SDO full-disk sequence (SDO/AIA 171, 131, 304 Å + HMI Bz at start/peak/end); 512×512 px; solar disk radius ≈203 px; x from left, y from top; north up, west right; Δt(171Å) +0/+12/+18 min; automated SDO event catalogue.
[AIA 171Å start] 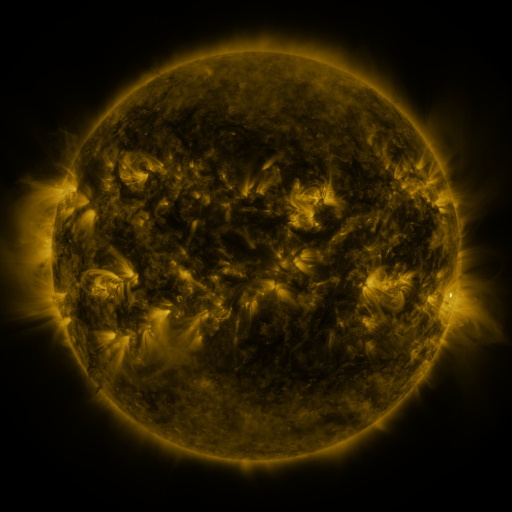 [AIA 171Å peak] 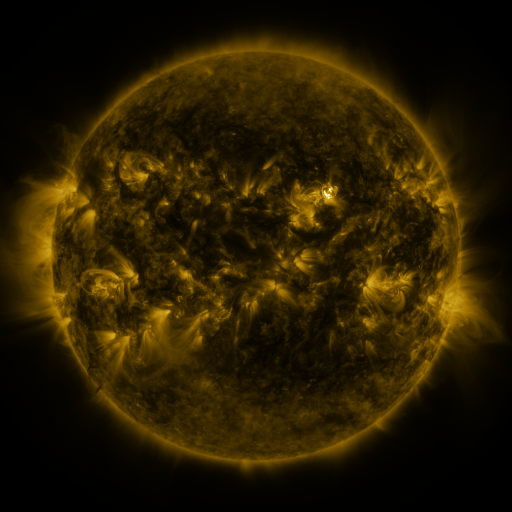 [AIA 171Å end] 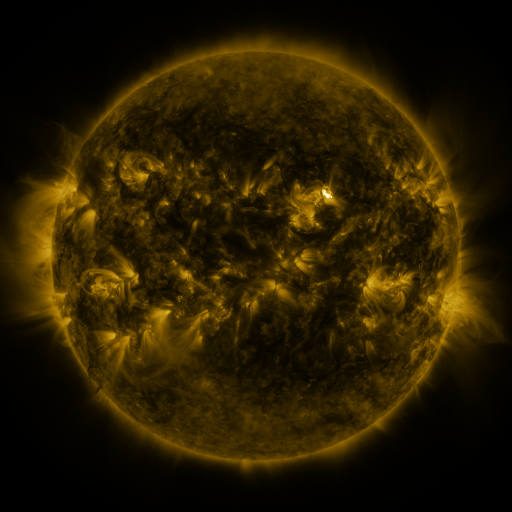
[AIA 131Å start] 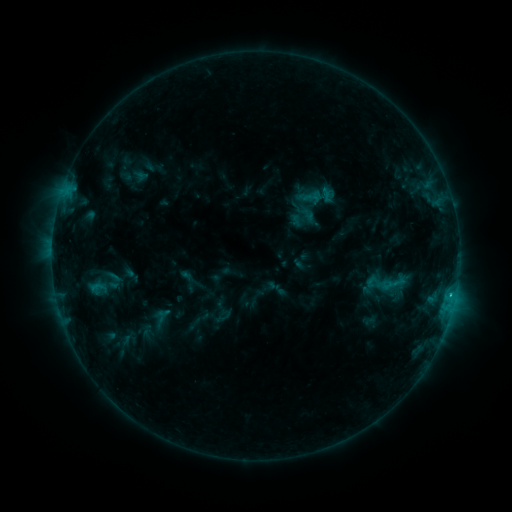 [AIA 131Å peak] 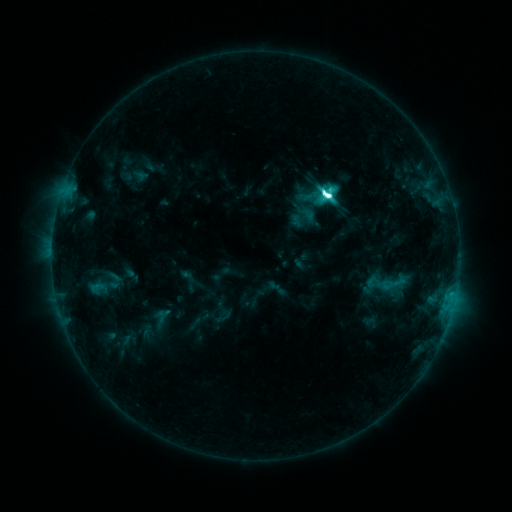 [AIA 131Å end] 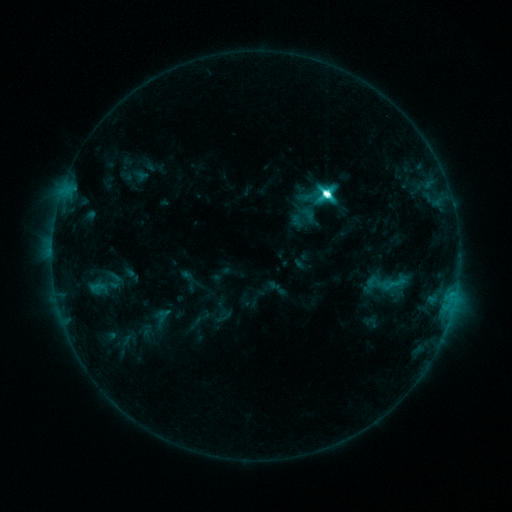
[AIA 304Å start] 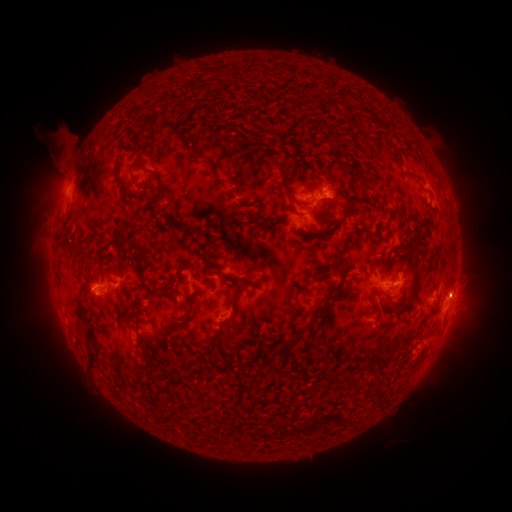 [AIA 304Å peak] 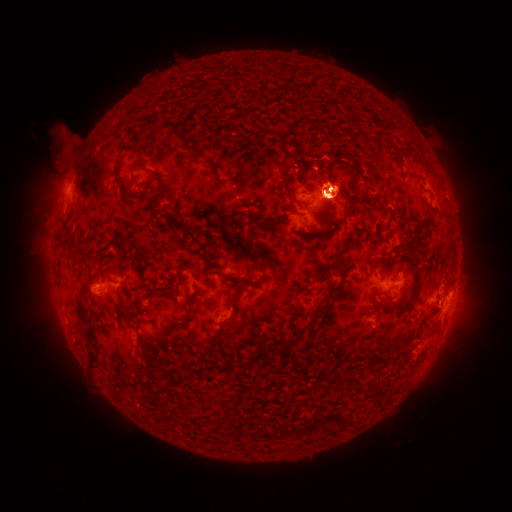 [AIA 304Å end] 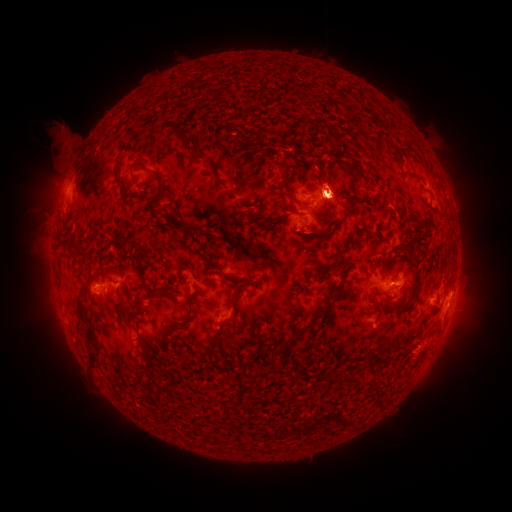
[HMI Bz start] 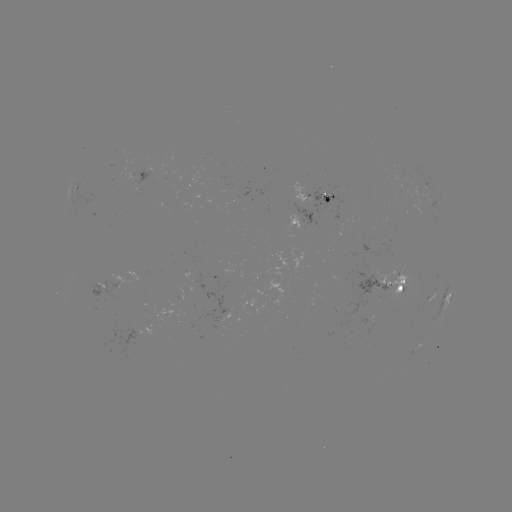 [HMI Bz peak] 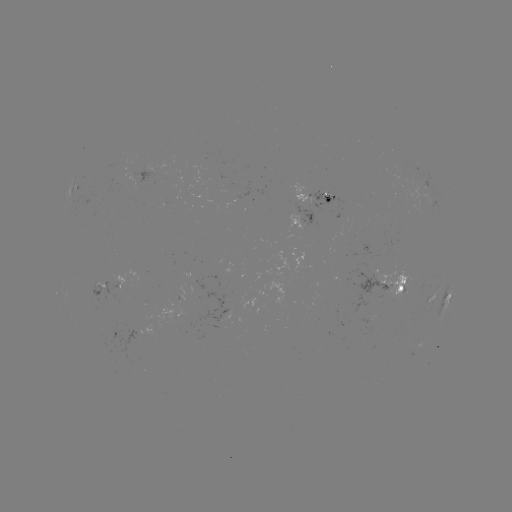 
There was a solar flare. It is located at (324, 198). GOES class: M2.0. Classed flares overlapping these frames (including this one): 1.